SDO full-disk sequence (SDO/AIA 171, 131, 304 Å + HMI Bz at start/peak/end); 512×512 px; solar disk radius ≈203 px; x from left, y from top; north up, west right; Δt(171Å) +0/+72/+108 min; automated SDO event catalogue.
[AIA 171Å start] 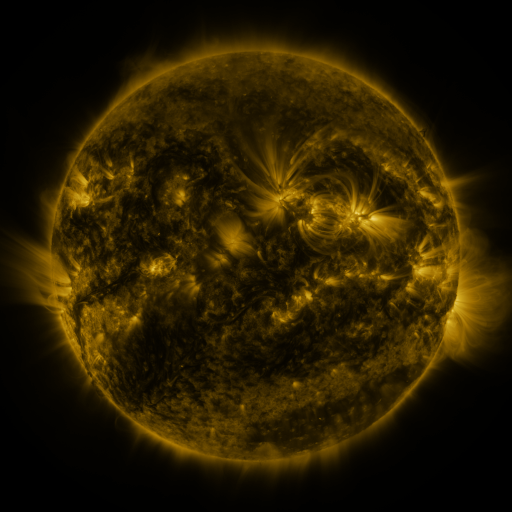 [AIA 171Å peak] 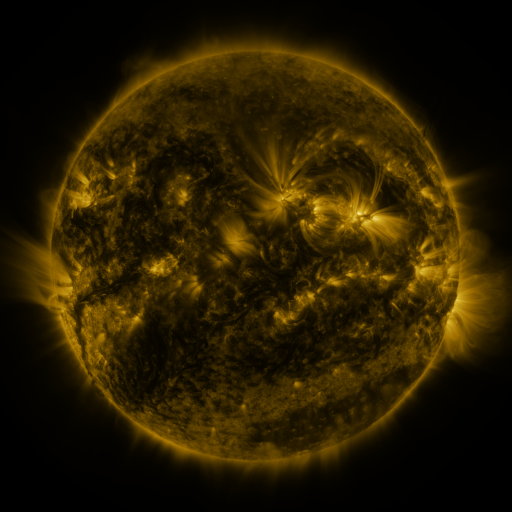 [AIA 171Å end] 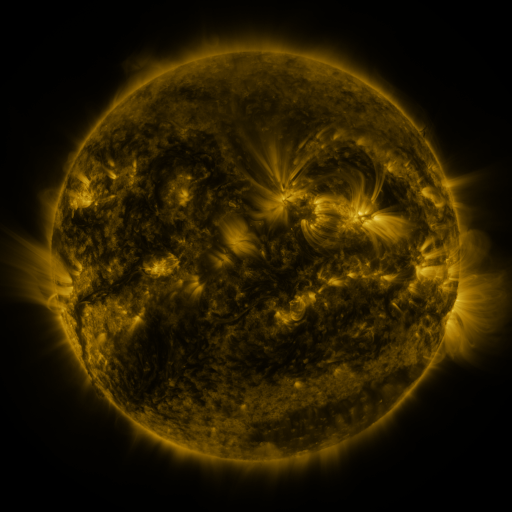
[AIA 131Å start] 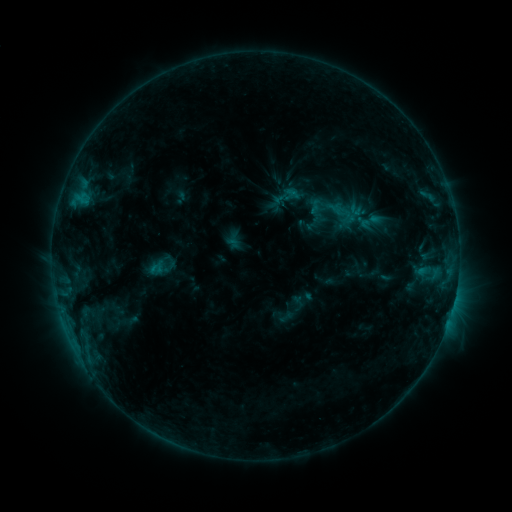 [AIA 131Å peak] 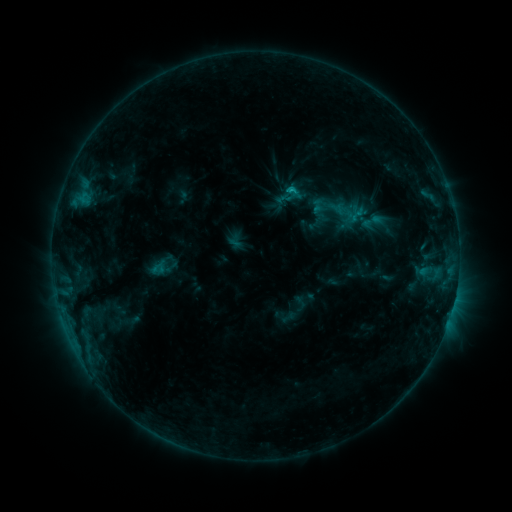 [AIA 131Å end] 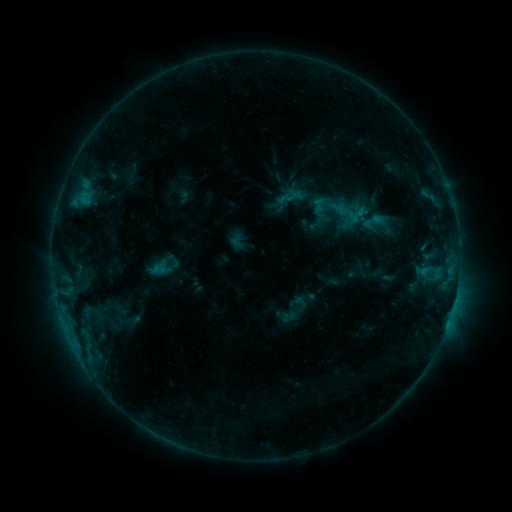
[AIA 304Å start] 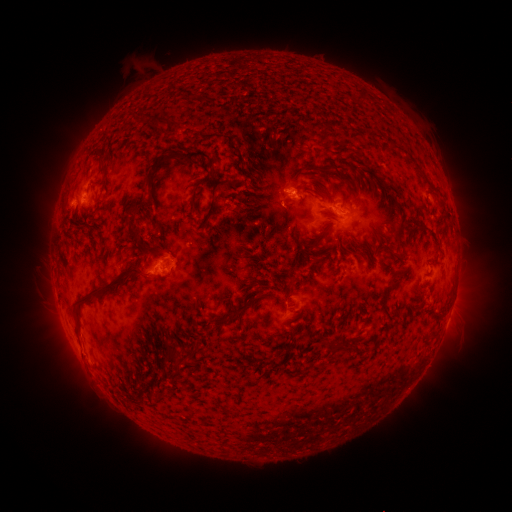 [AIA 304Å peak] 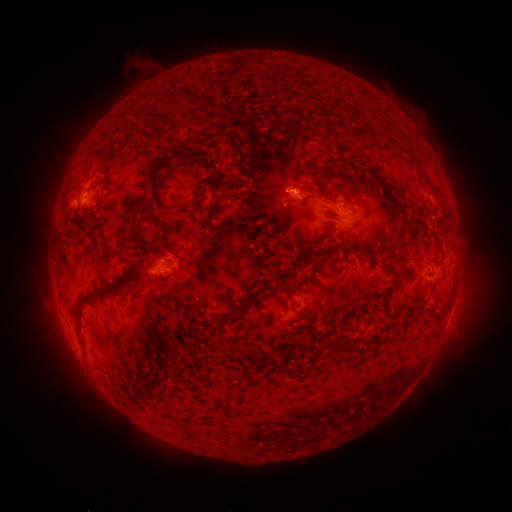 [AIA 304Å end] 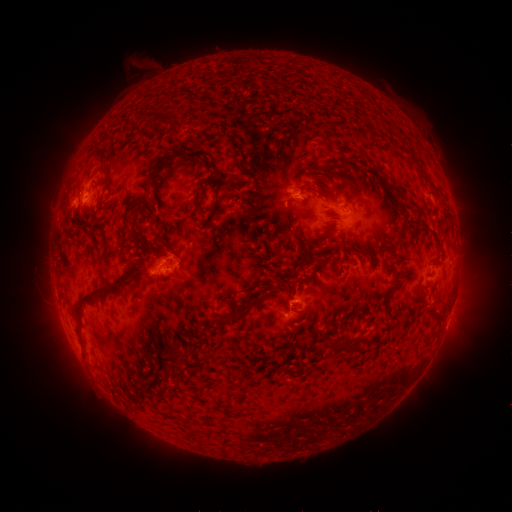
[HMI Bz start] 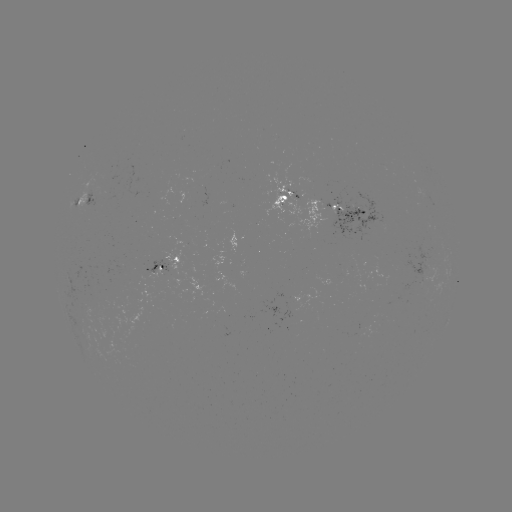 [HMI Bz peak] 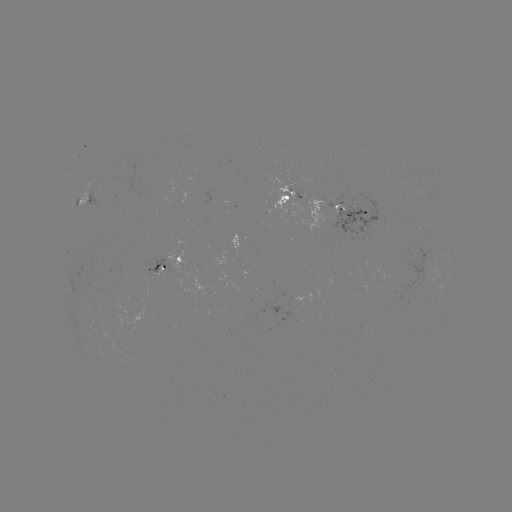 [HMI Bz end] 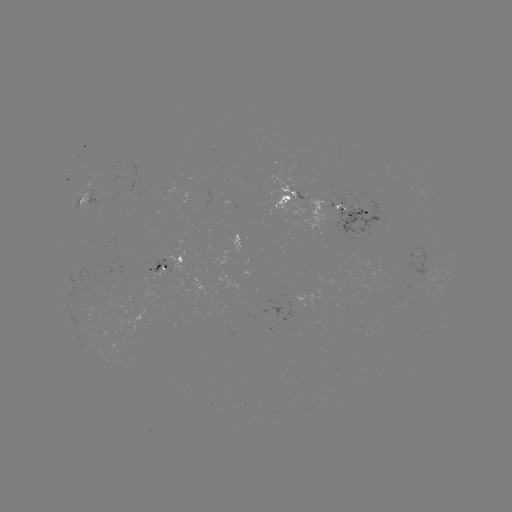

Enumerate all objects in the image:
emerging-flux region: (176, 280)
